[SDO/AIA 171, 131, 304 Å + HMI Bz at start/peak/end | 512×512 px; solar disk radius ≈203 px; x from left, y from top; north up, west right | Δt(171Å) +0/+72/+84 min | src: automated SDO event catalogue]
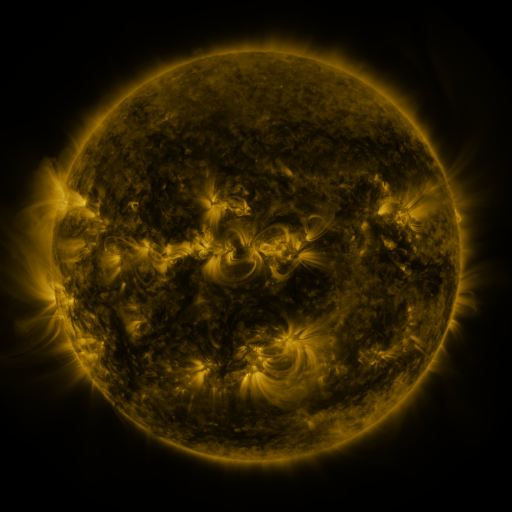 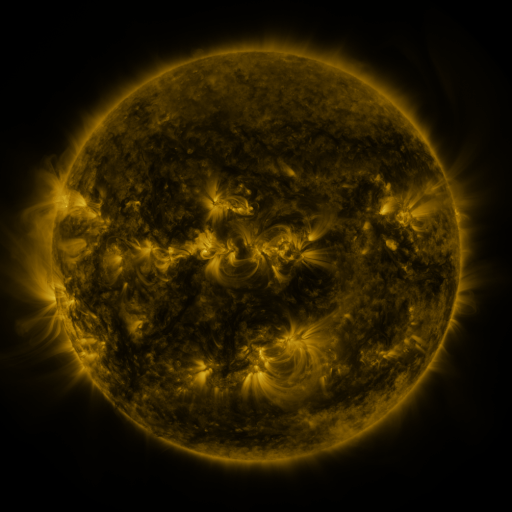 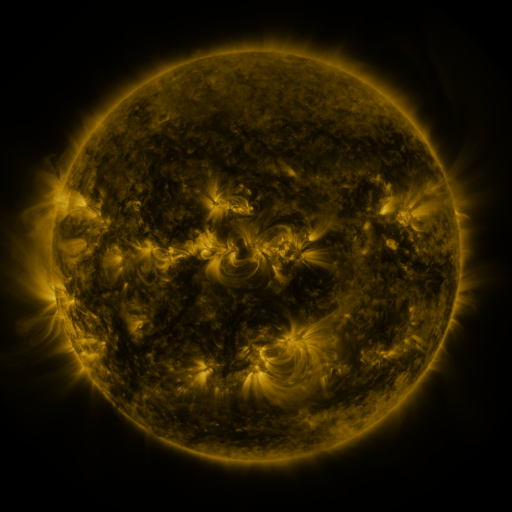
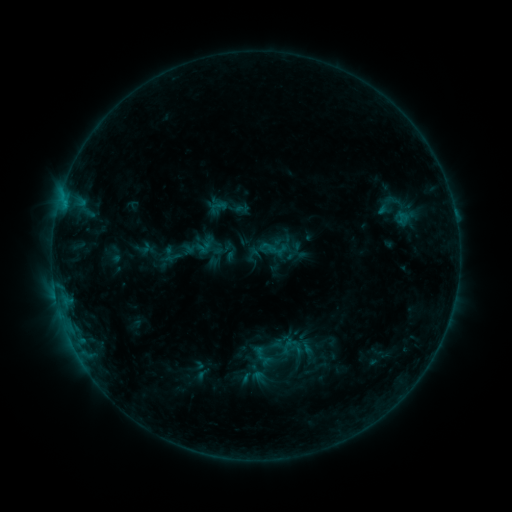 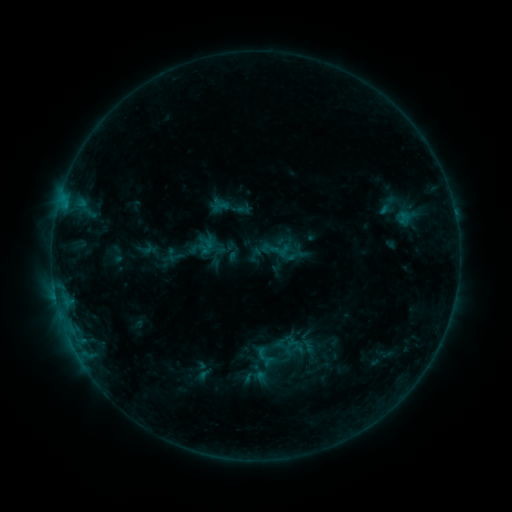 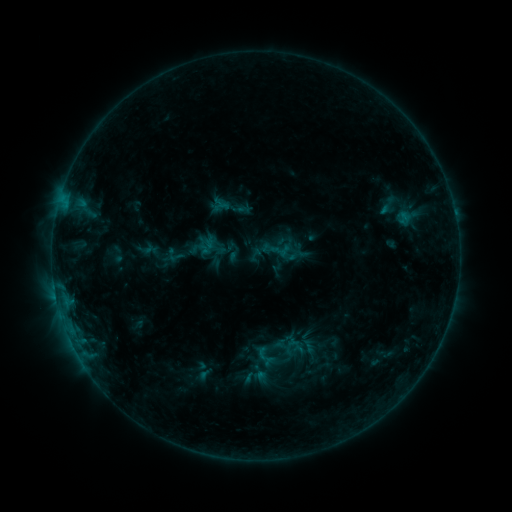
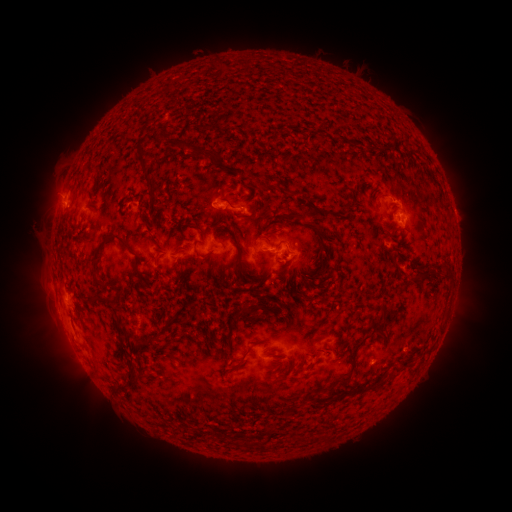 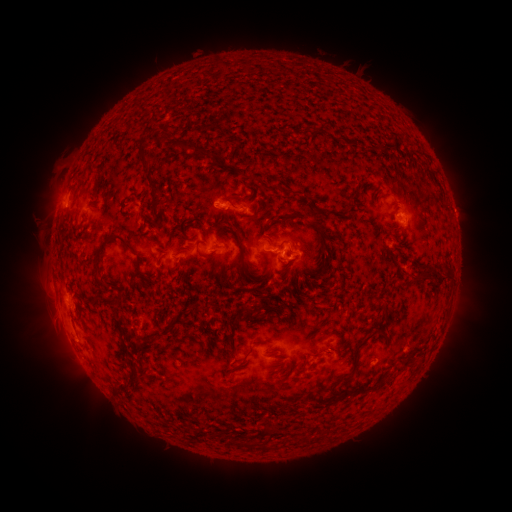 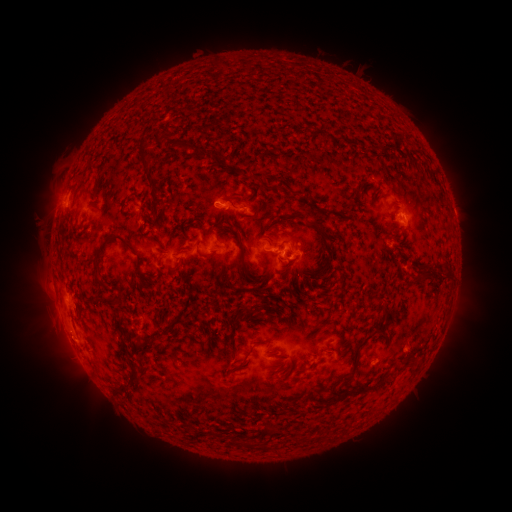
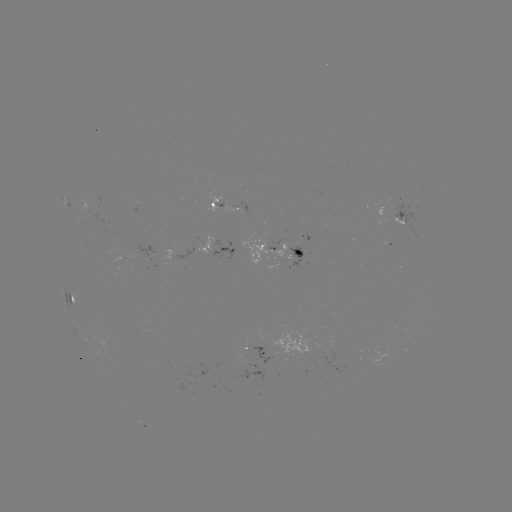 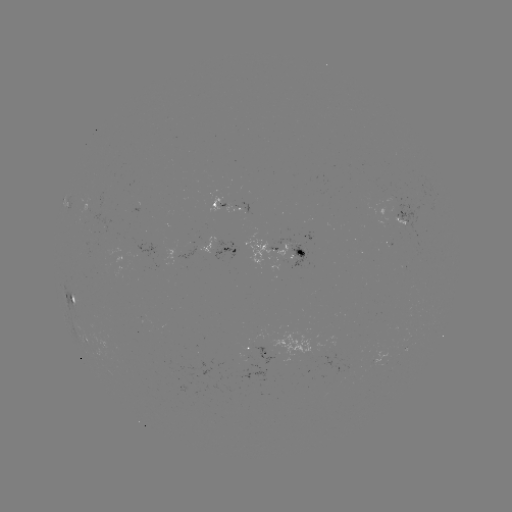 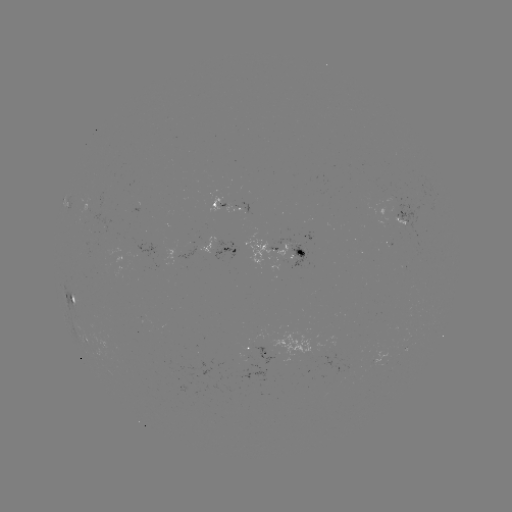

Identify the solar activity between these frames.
emerging-flux region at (88, 209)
